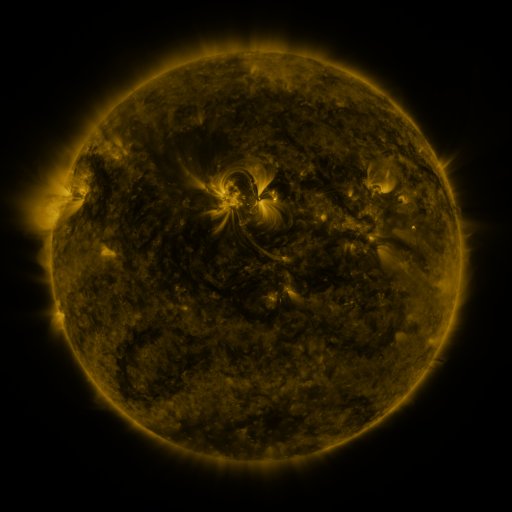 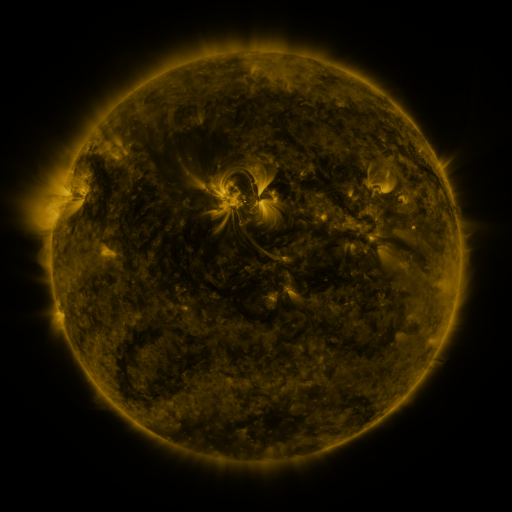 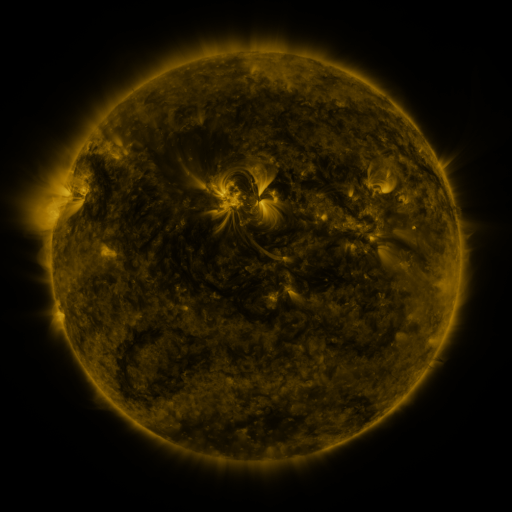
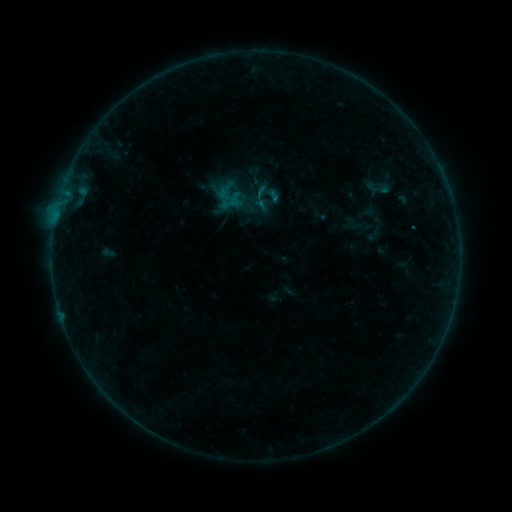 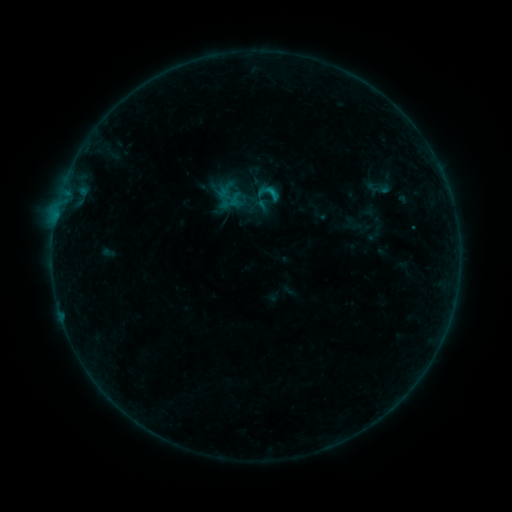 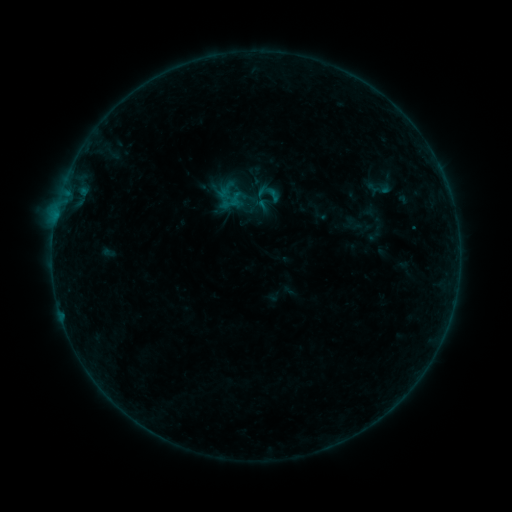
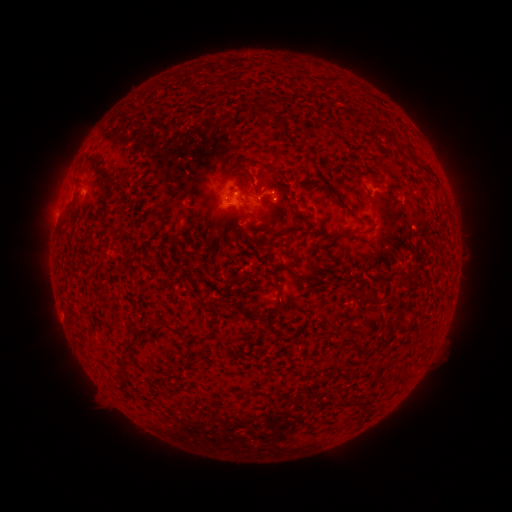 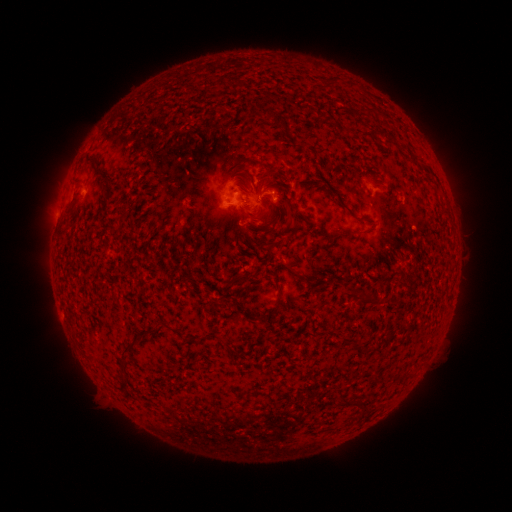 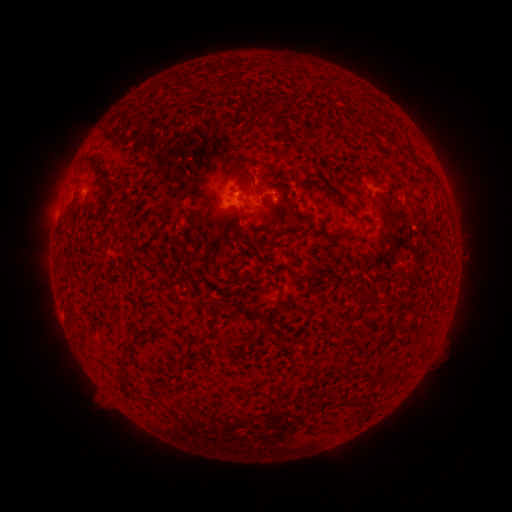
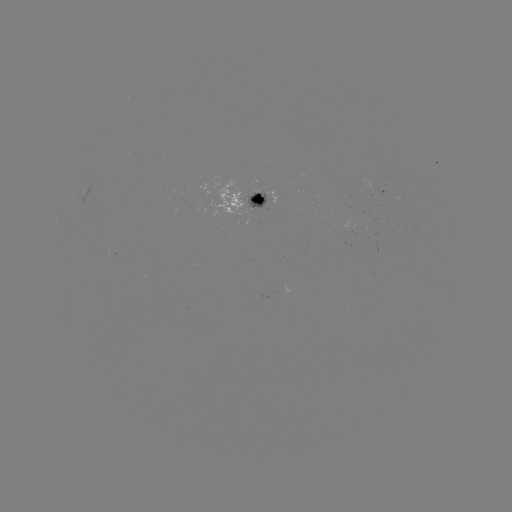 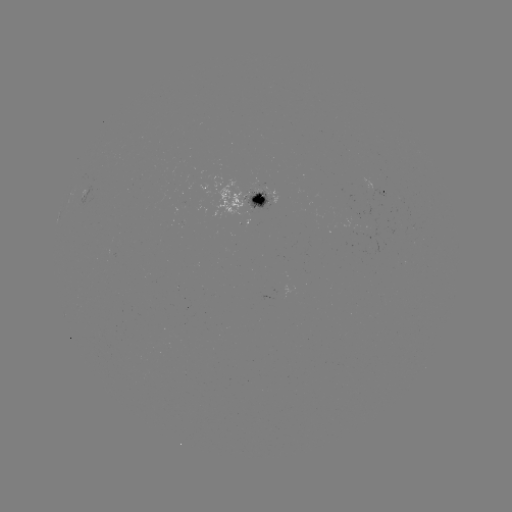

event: flare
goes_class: B6.0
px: (273, 200)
